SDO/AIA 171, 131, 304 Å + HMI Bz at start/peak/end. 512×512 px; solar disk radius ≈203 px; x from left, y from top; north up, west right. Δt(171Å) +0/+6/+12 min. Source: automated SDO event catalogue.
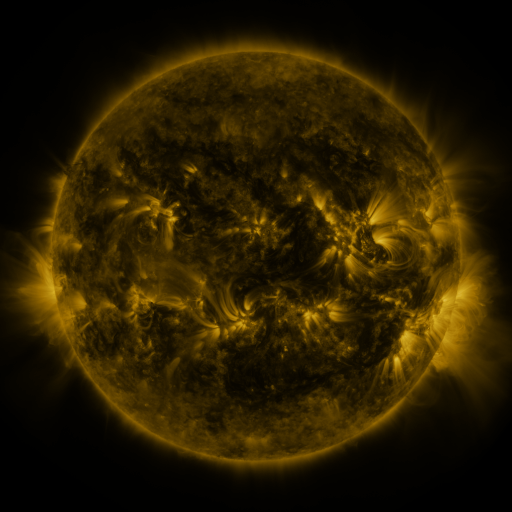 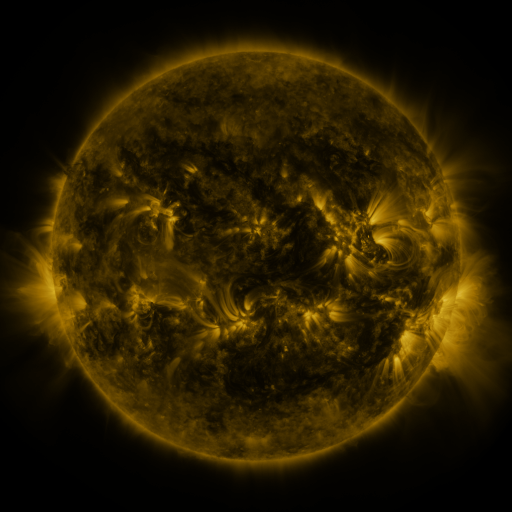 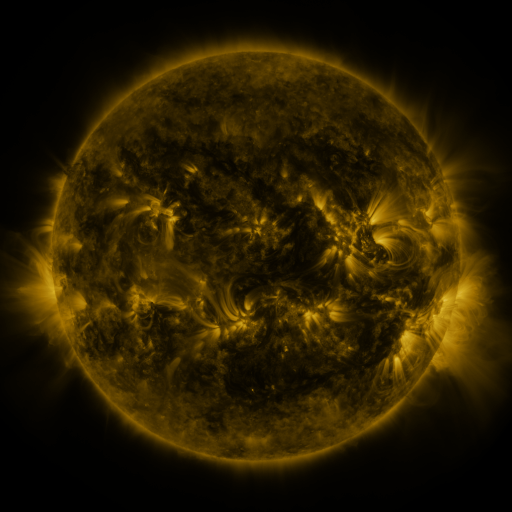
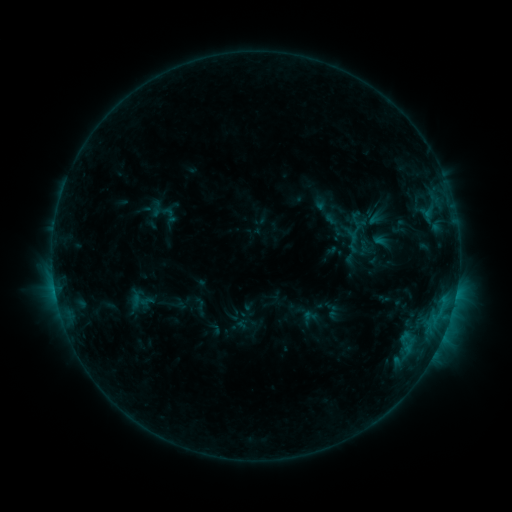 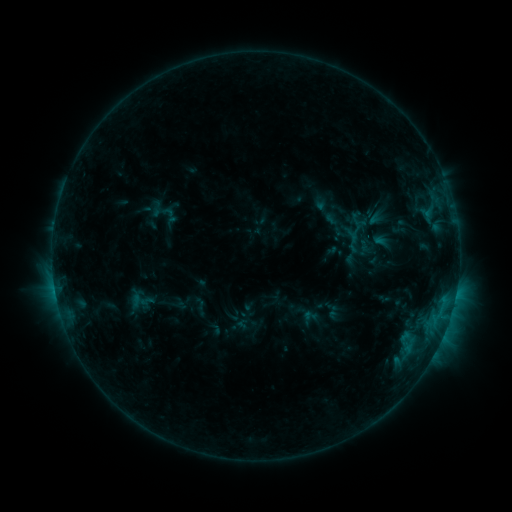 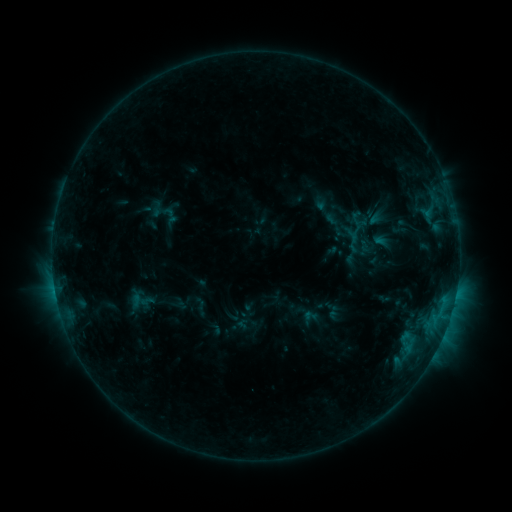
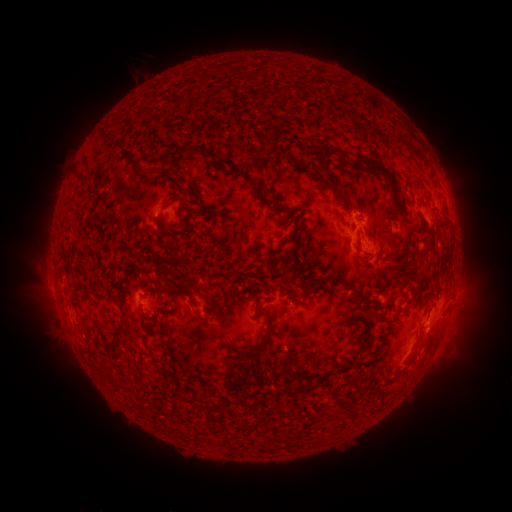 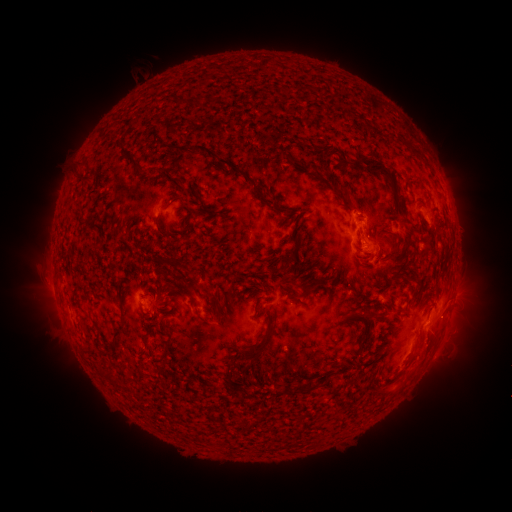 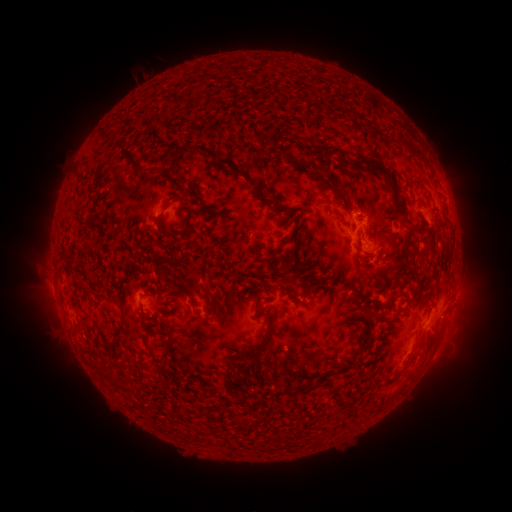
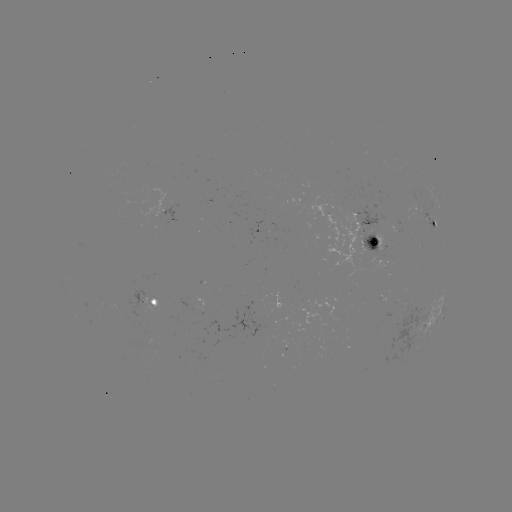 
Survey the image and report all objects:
eruption: (420, 366)
